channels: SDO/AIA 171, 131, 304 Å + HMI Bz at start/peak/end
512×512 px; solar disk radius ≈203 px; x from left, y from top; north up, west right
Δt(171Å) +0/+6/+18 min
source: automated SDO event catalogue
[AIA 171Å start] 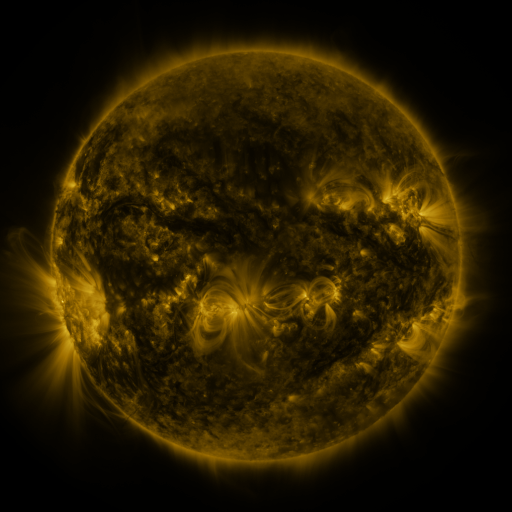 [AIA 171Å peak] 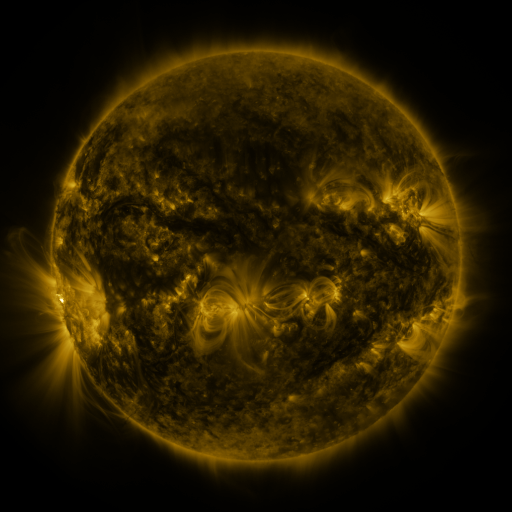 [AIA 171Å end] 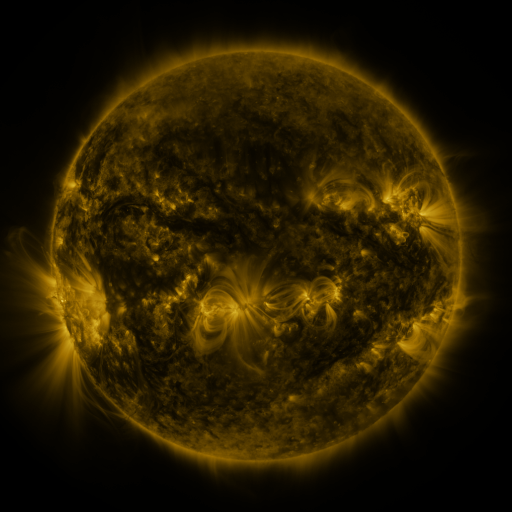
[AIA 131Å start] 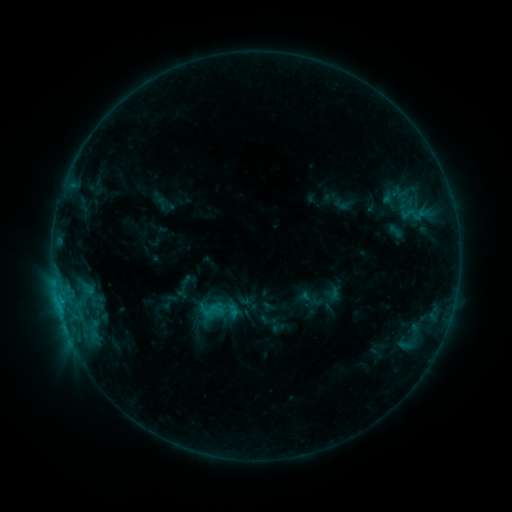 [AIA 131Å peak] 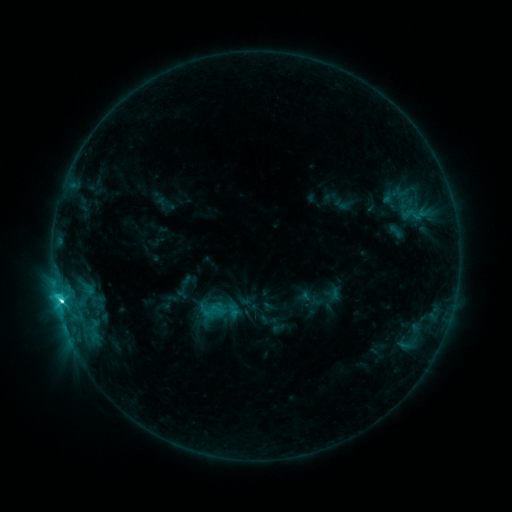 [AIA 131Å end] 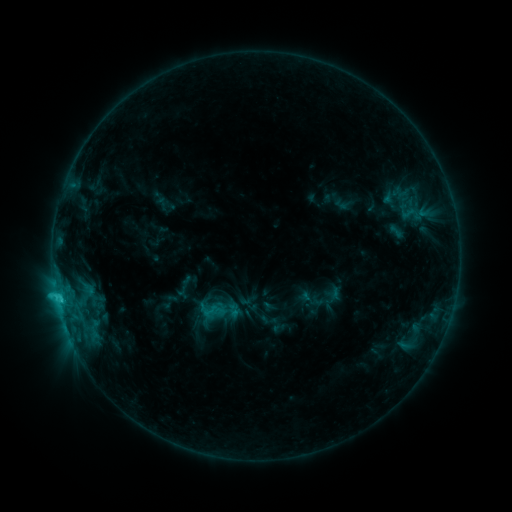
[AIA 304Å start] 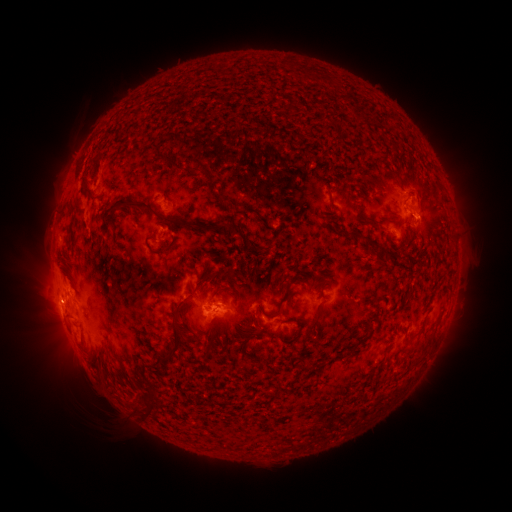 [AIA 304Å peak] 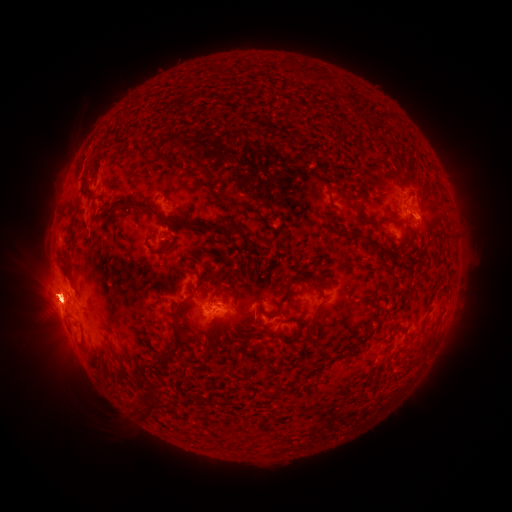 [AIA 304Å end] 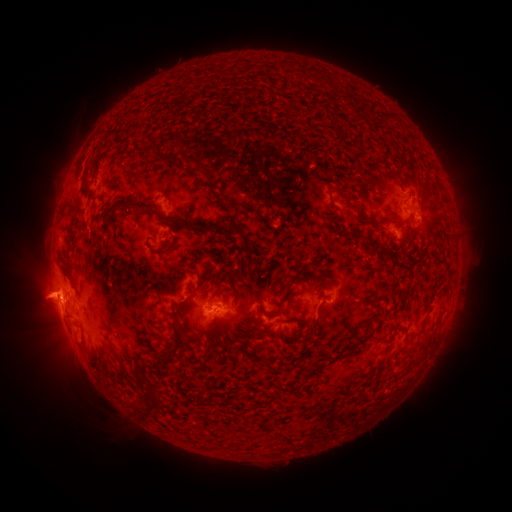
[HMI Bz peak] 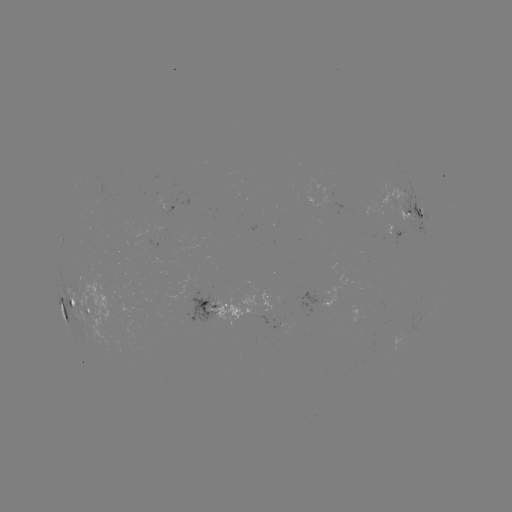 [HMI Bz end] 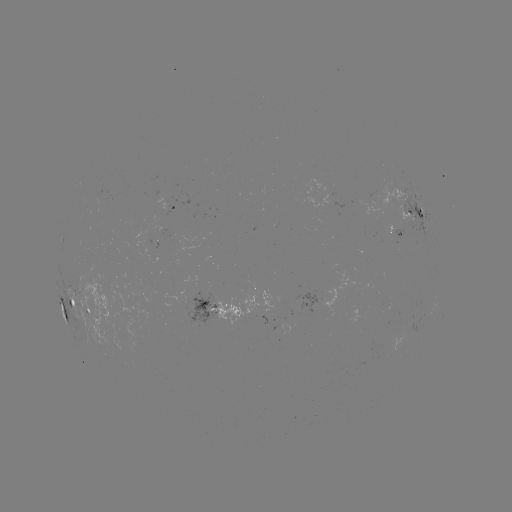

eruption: (0, 260, 142, 386)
